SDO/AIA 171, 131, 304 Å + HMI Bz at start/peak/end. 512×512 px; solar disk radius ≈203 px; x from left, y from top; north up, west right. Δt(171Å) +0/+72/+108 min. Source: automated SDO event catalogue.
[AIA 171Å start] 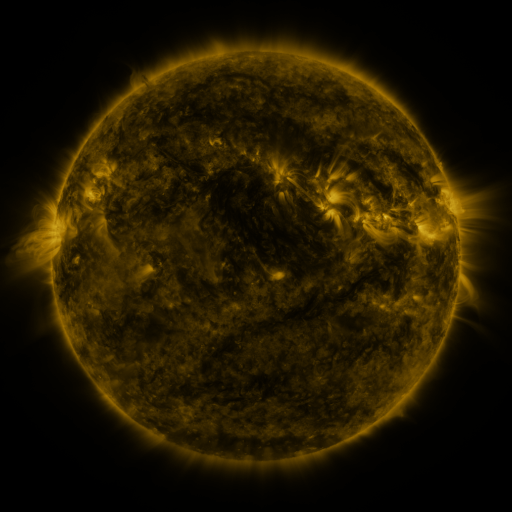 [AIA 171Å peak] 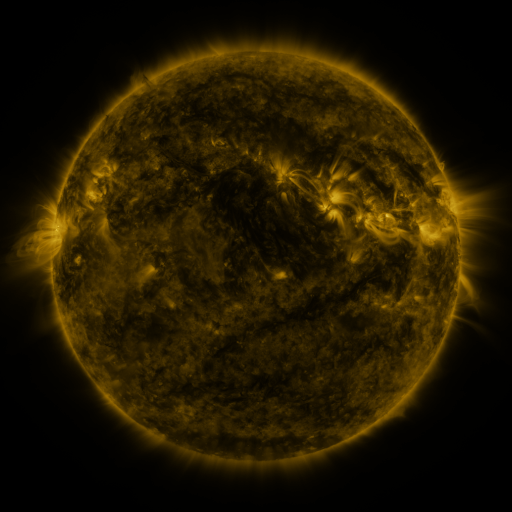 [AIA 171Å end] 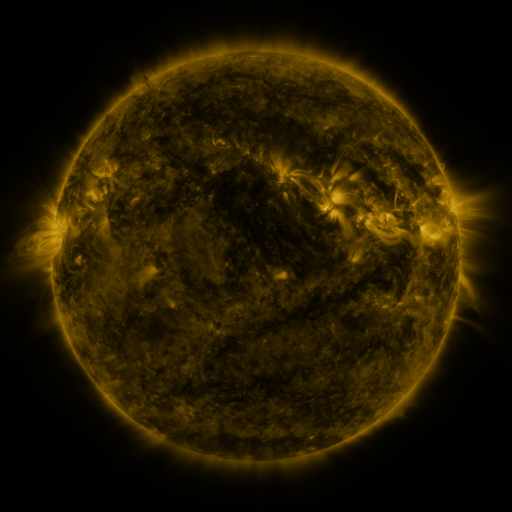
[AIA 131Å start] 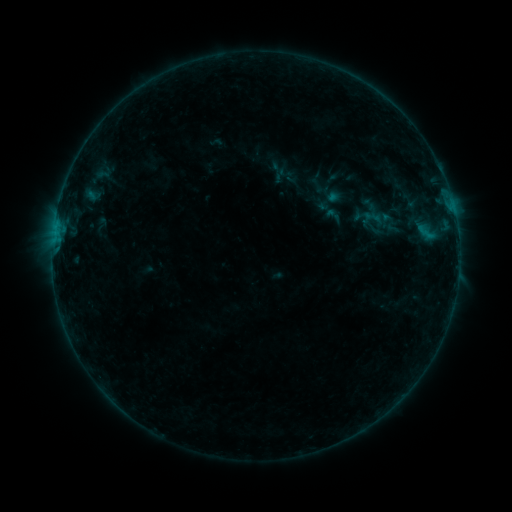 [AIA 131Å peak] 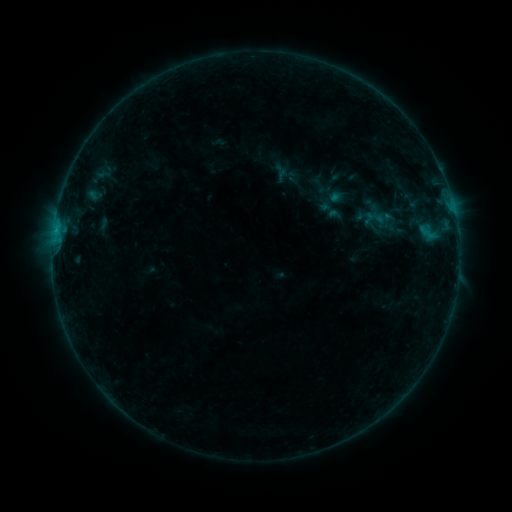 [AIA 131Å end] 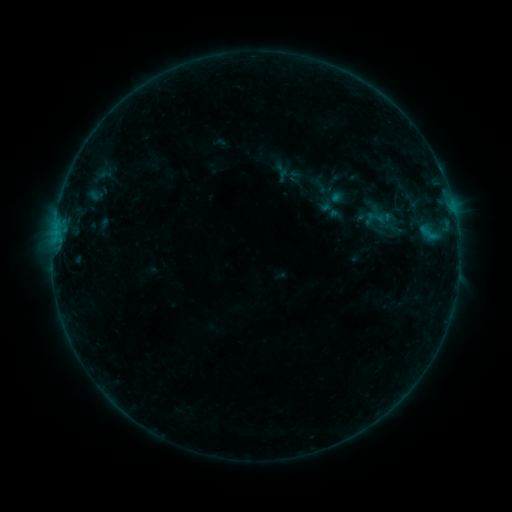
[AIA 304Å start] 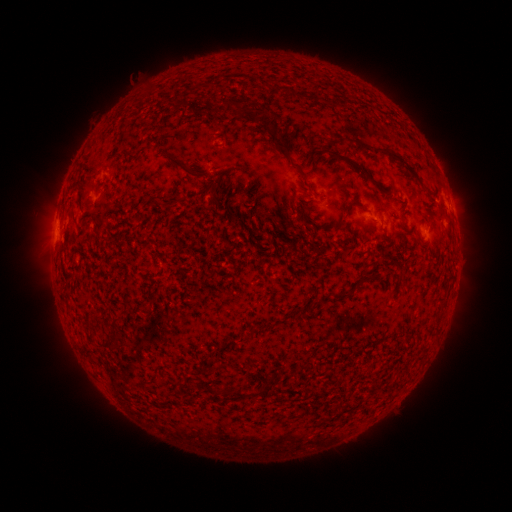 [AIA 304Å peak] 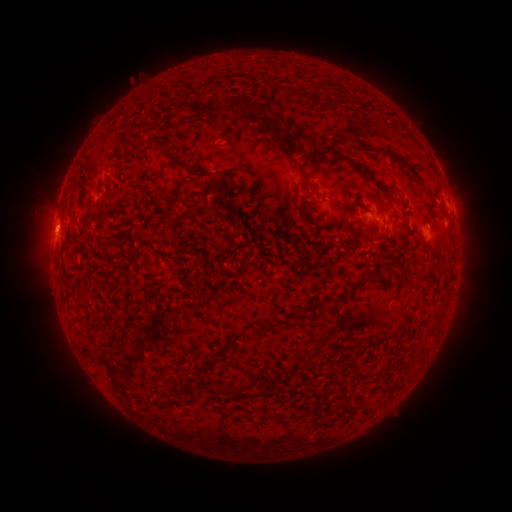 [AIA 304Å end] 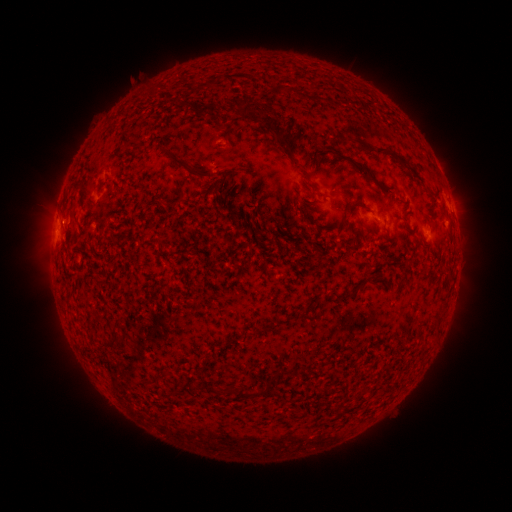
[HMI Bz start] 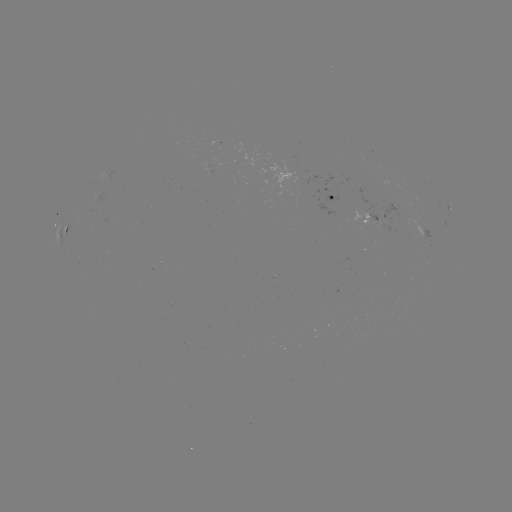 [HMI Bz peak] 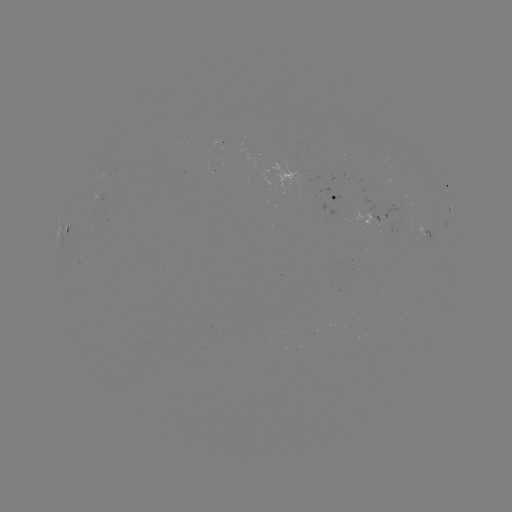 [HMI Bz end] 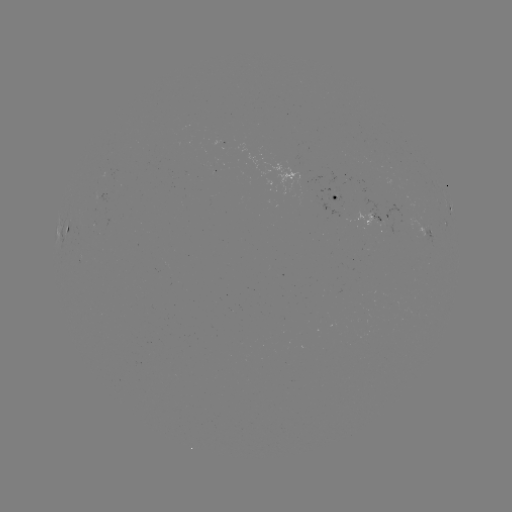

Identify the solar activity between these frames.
emerging-flux region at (295, 178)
